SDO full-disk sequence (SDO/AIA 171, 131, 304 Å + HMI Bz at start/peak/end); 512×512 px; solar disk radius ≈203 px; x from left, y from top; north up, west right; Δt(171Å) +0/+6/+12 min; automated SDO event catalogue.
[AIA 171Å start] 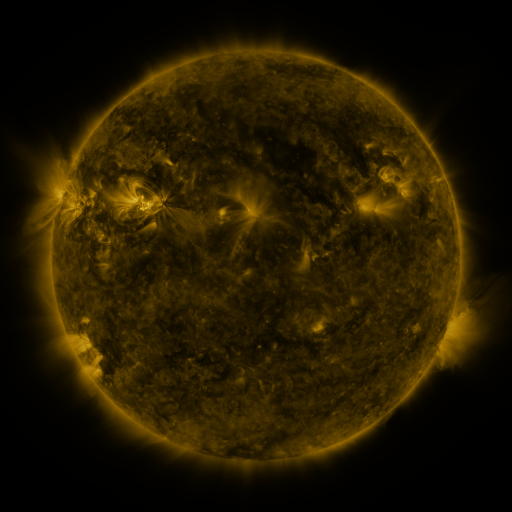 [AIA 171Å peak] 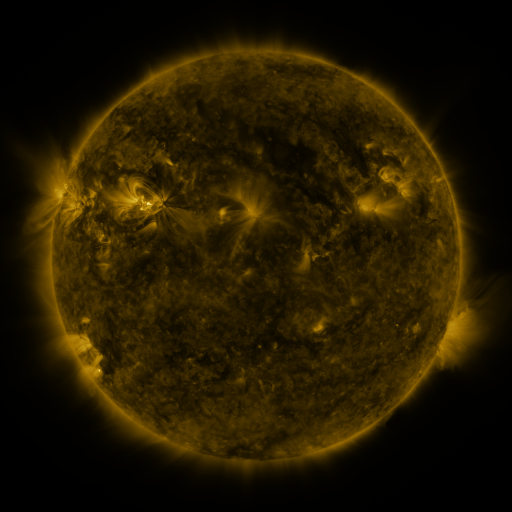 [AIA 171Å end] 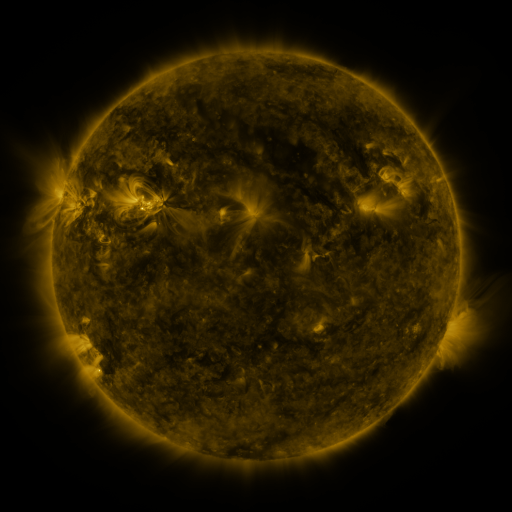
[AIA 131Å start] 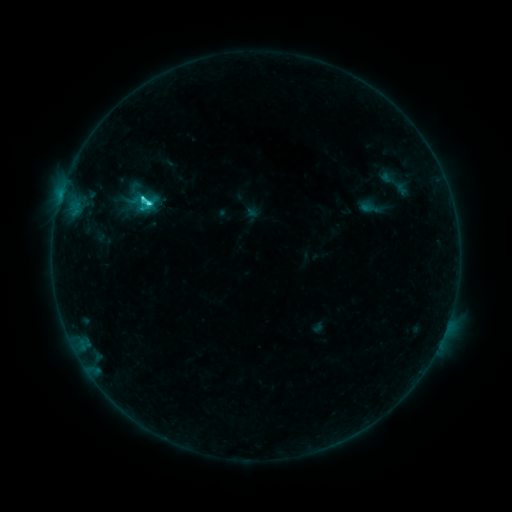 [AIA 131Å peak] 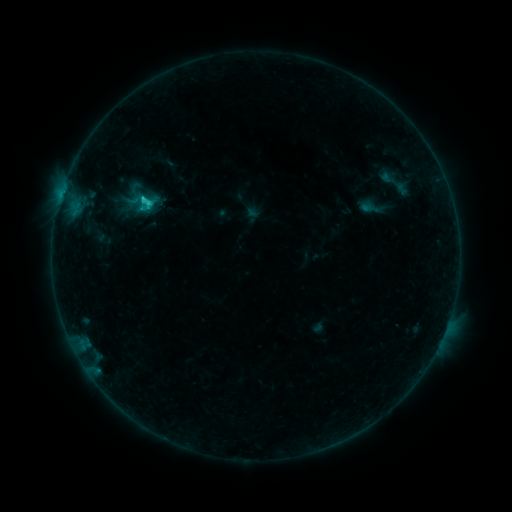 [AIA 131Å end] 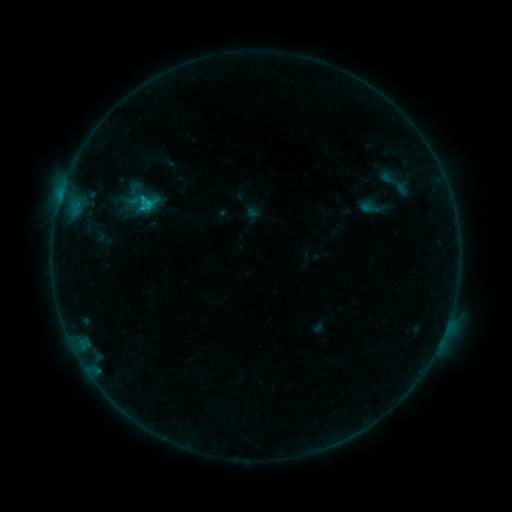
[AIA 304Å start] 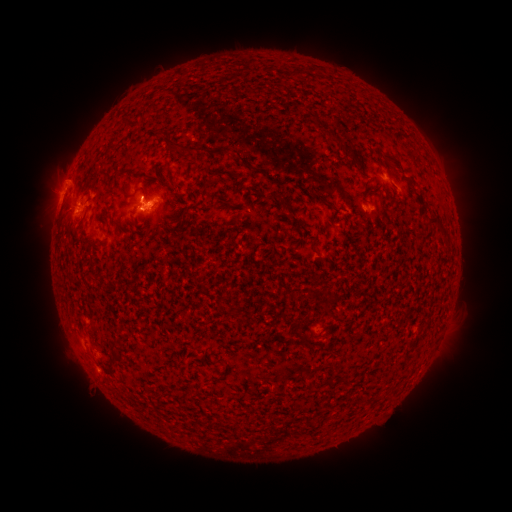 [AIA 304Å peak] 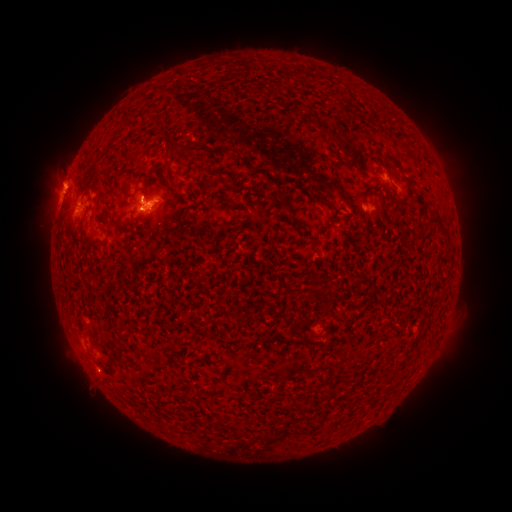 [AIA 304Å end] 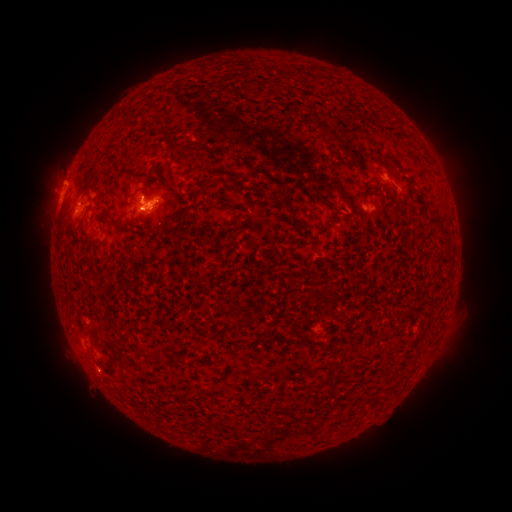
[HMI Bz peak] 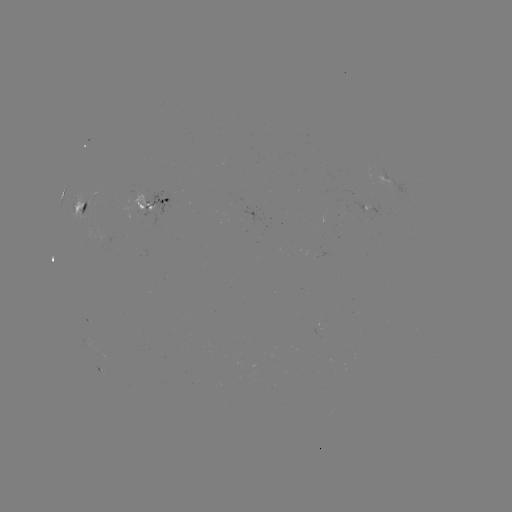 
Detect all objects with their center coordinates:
eruption: (63, 177)
